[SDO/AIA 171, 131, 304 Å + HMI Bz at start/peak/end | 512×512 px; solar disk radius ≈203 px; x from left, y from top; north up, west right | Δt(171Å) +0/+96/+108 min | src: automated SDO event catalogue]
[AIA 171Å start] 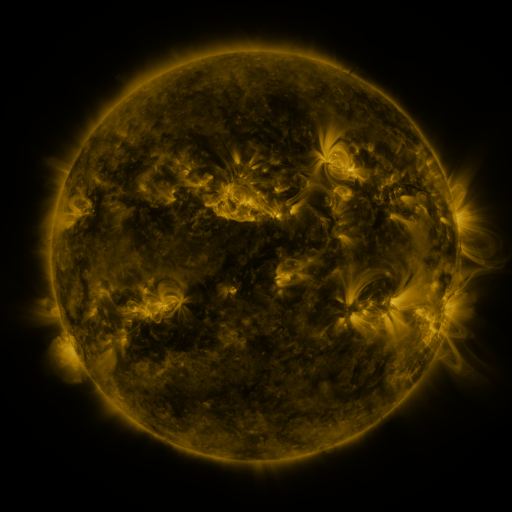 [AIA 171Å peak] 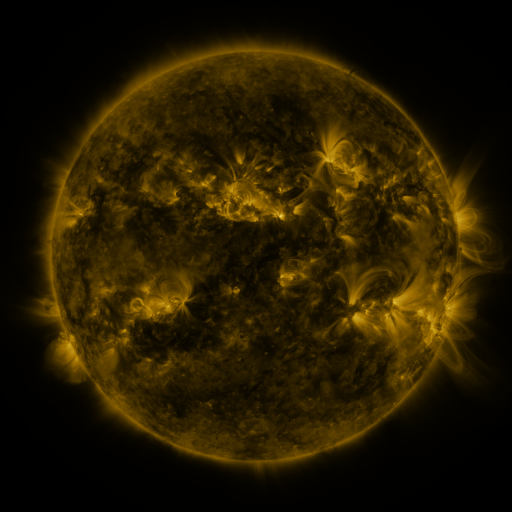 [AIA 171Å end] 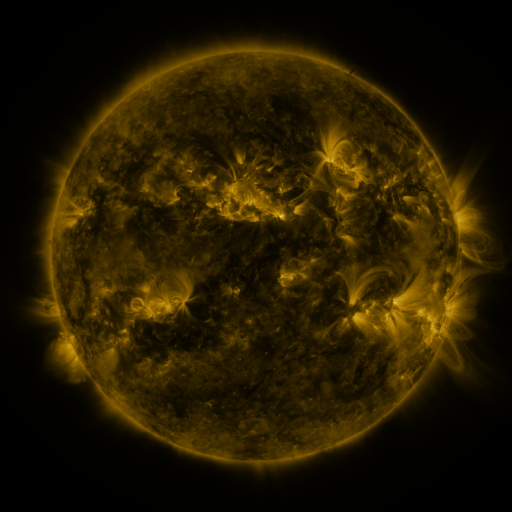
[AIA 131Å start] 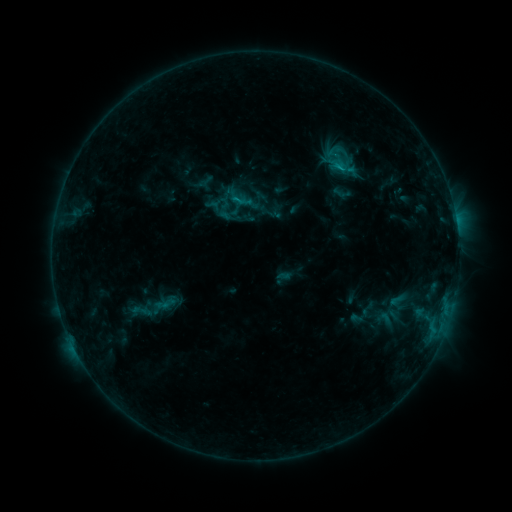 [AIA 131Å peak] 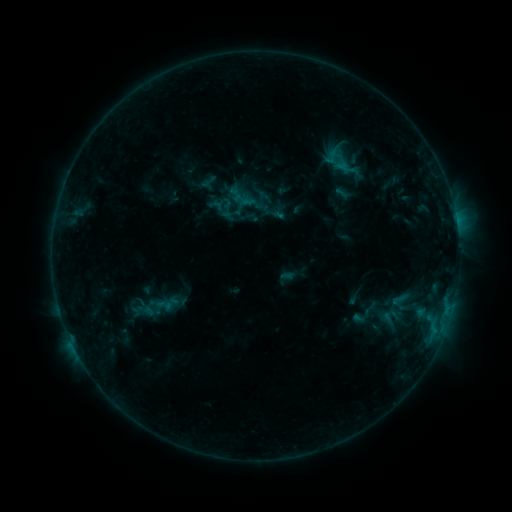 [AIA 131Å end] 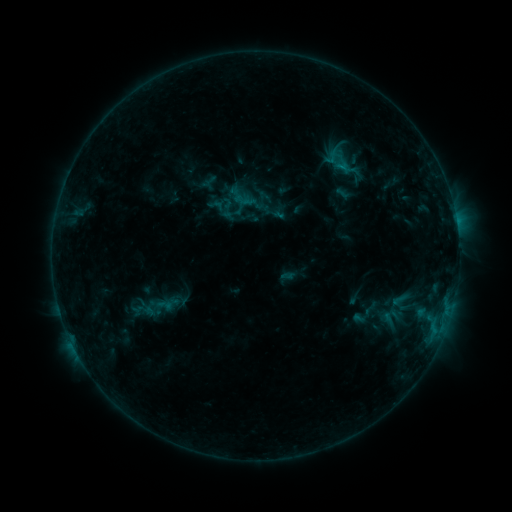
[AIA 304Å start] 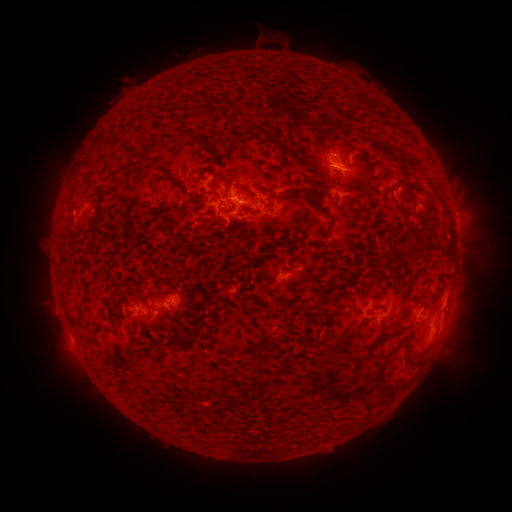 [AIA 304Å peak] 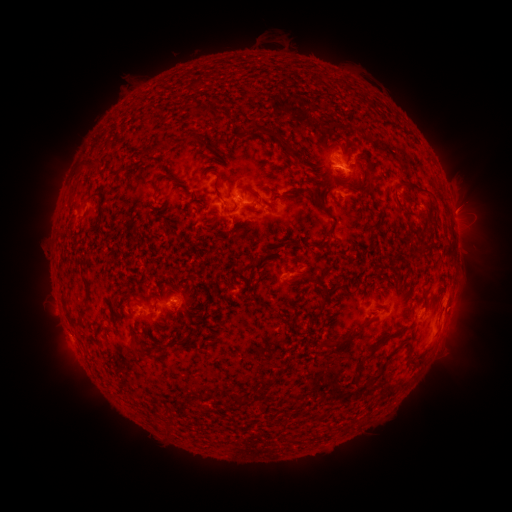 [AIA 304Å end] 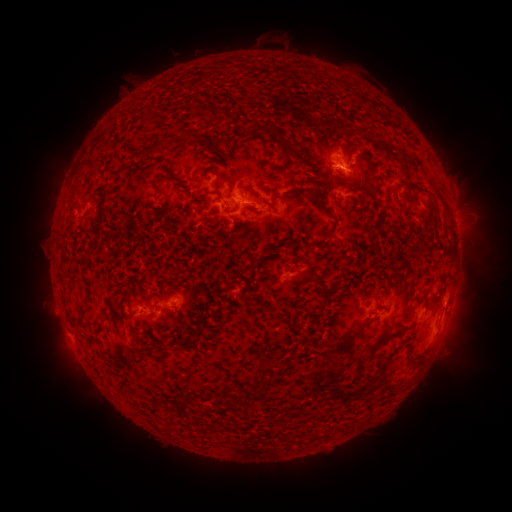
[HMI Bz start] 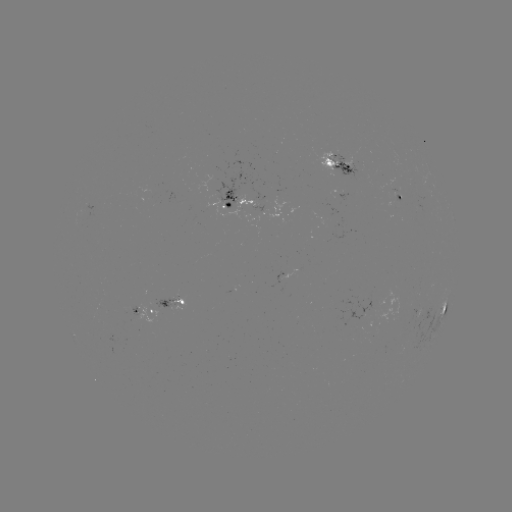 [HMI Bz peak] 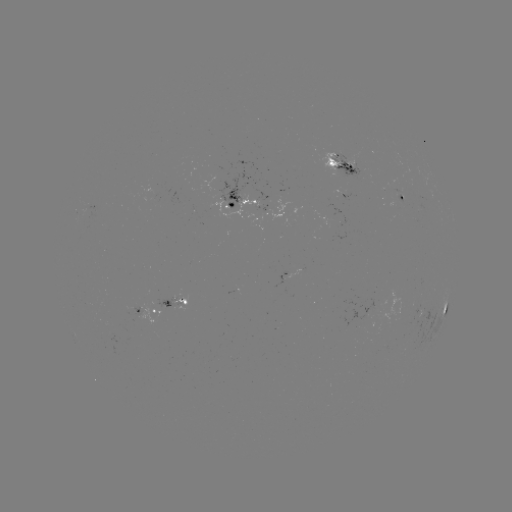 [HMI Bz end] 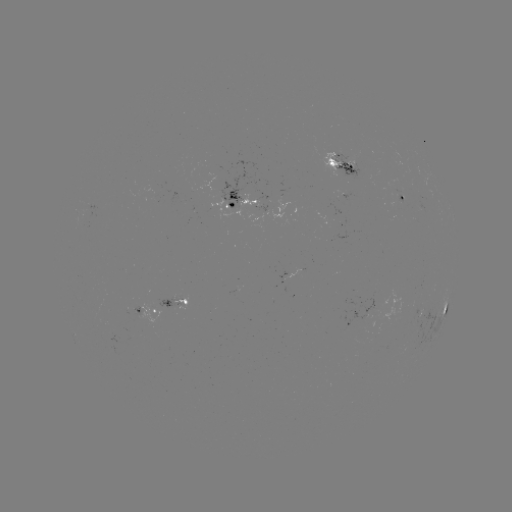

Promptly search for emerging-flux region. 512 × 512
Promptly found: [229, 200].